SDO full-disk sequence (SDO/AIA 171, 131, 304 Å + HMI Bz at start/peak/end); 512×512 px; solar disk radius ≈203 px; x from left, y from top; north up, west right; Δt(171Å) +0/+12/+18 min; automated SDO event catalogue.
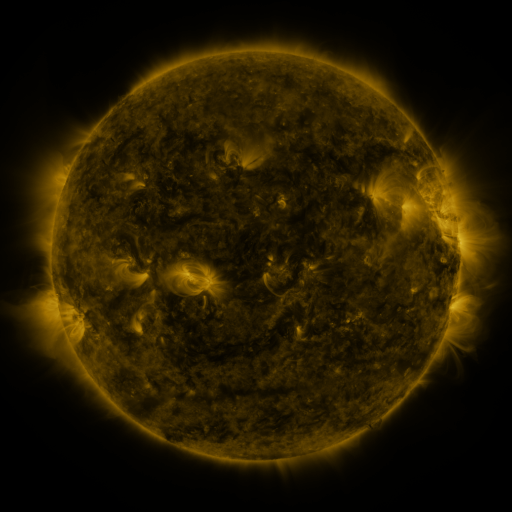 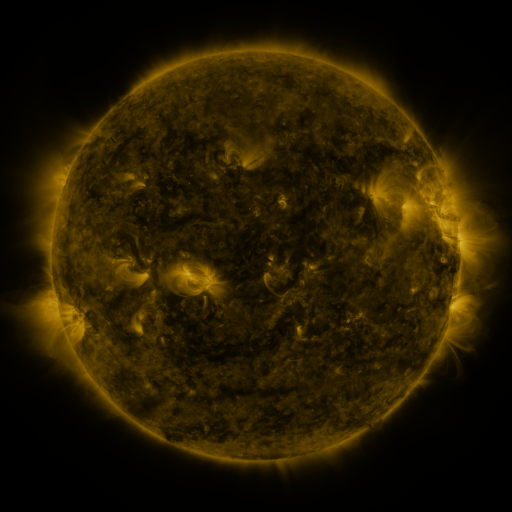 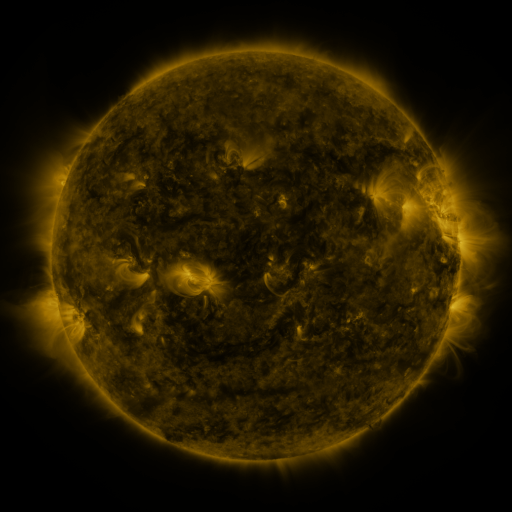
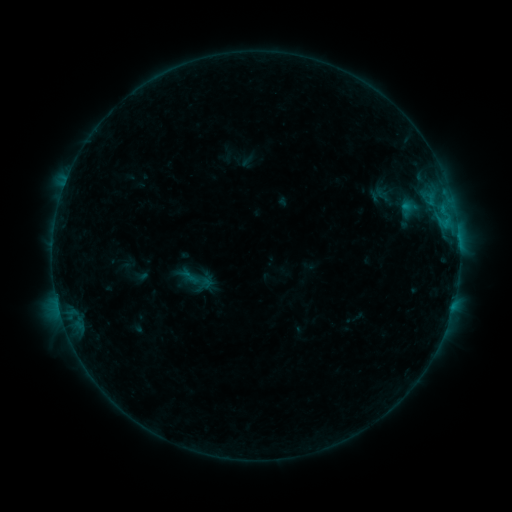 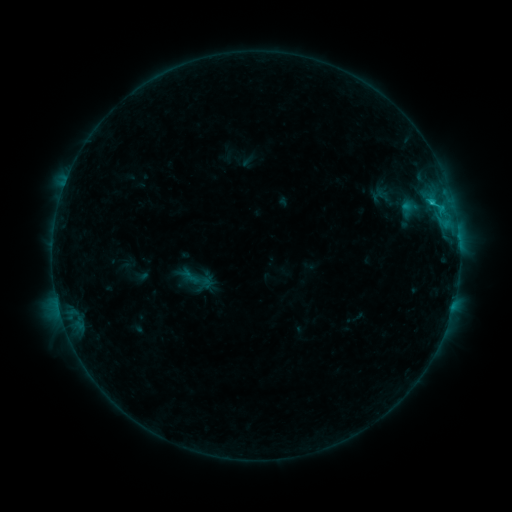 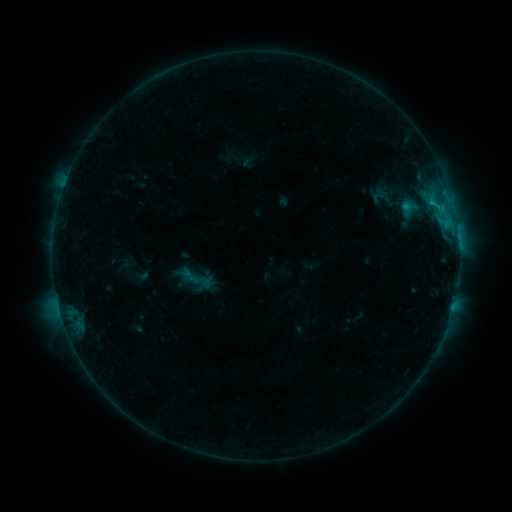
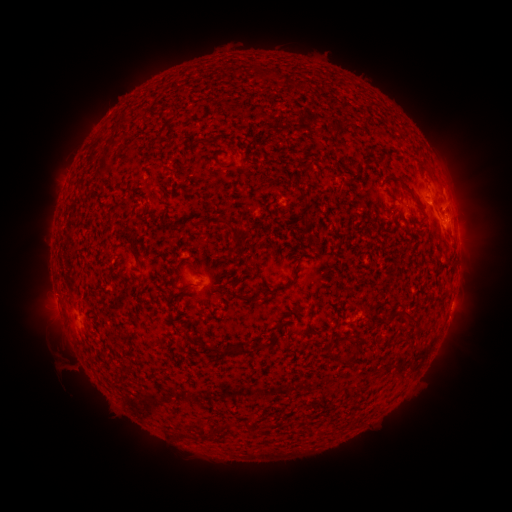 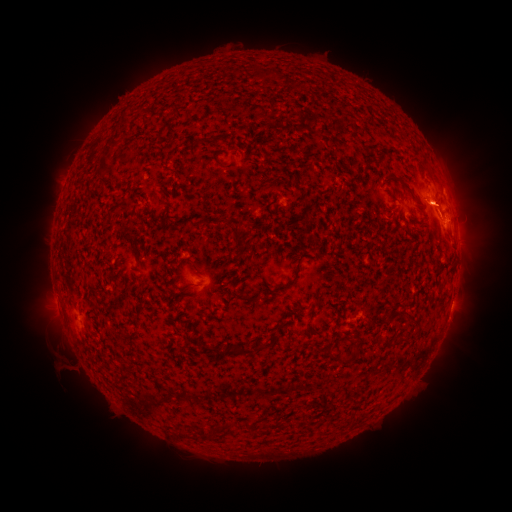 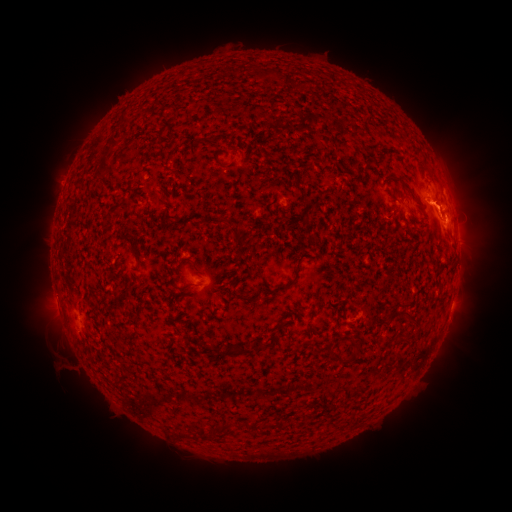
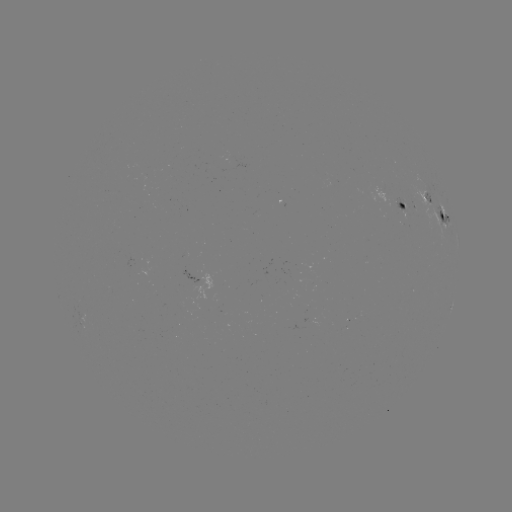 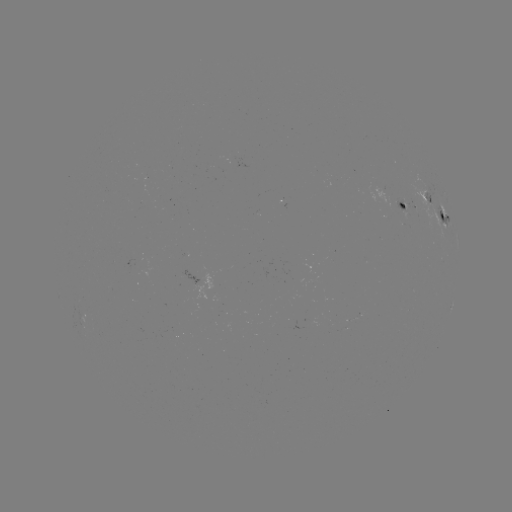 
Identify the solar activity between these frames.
B8.4 flare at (432, 206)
